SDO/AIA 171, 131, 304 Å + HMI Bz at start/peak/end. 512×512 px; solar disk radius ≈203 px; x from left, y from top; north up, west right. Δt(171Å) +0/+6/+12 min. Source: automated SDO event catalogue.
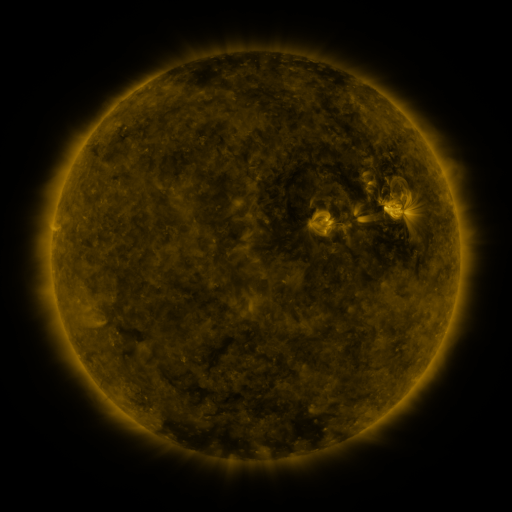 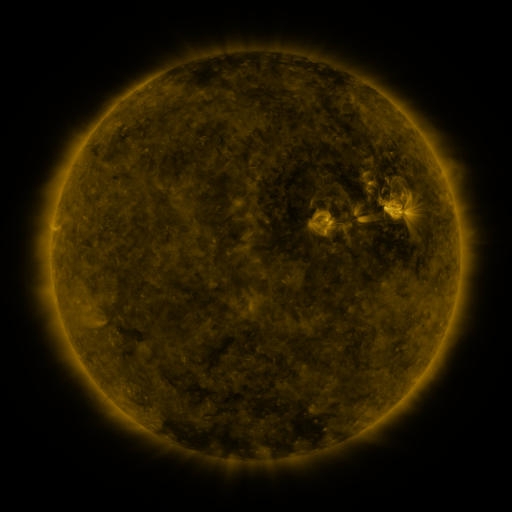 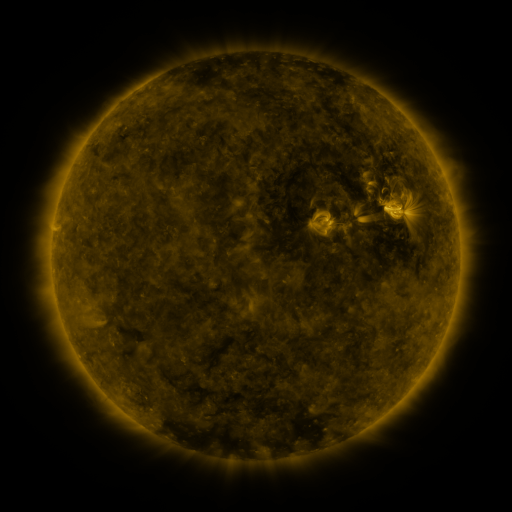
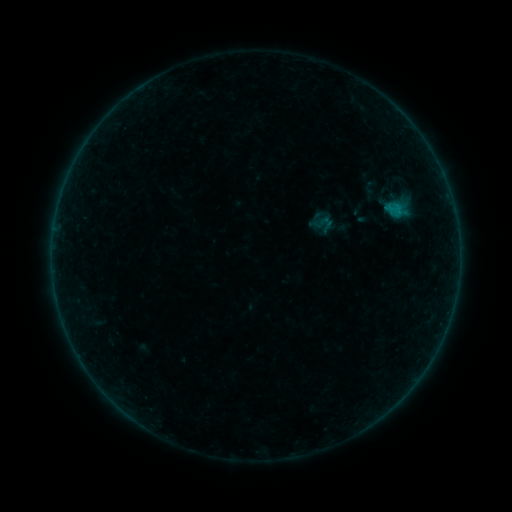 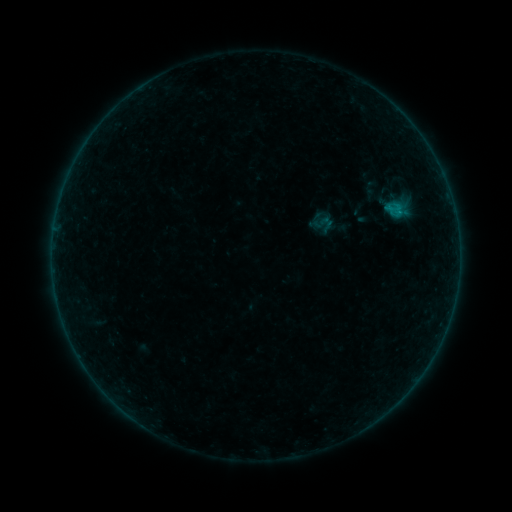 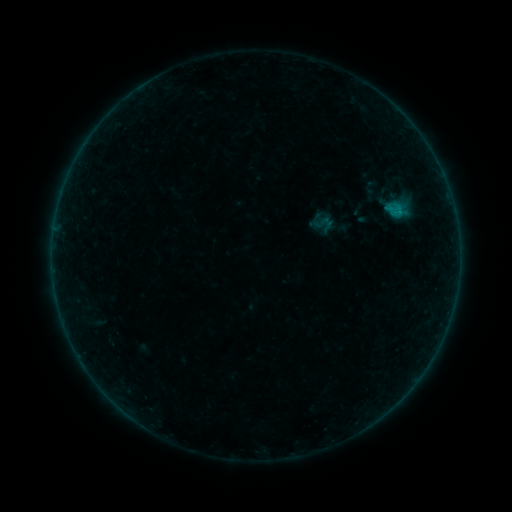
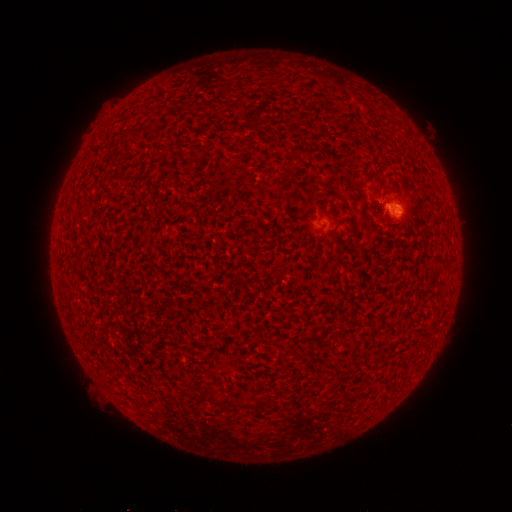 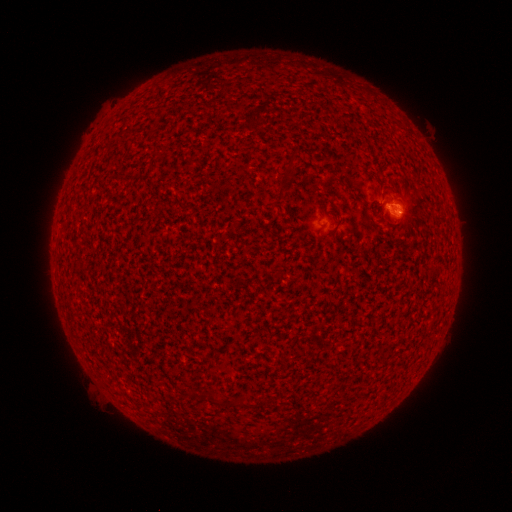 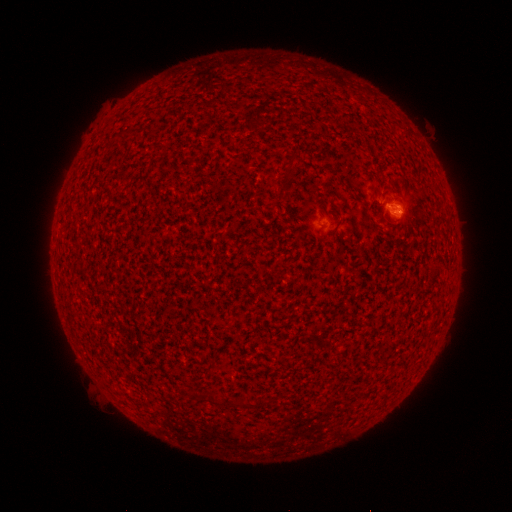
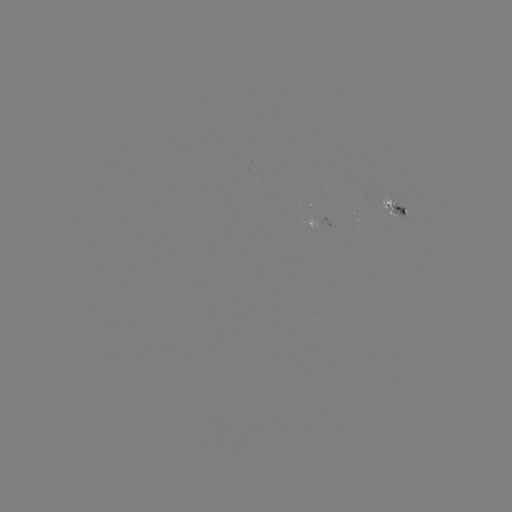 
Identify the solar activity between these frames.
B2.2 flare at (396, 210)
